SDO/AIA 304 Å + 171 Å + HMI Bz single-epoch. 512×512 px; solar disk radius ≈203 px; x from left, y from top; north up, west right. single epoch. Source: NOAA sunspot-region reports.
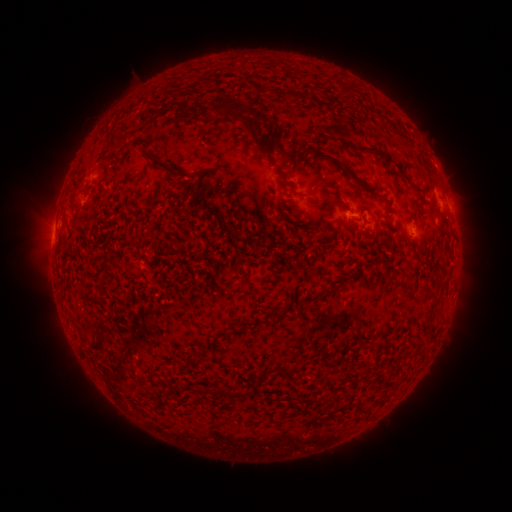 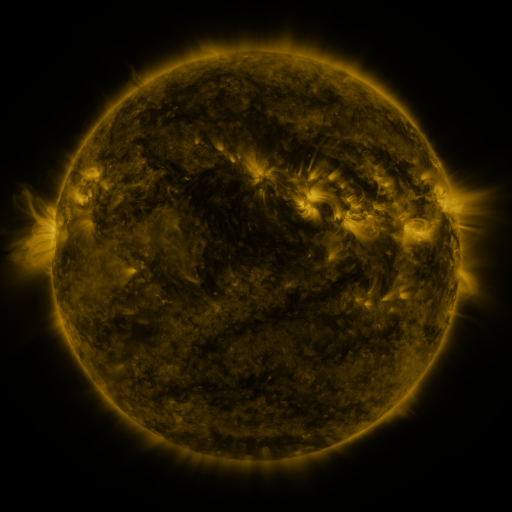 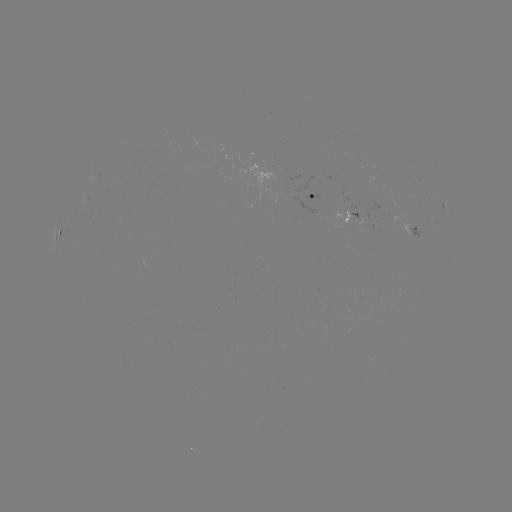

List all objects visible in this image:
spotted active region: (314, 196)
spotted active region: (443, 208)
spotted active region: (354, 219)
spotted active region: (59, 228)
spotted active region: (411, 228)
